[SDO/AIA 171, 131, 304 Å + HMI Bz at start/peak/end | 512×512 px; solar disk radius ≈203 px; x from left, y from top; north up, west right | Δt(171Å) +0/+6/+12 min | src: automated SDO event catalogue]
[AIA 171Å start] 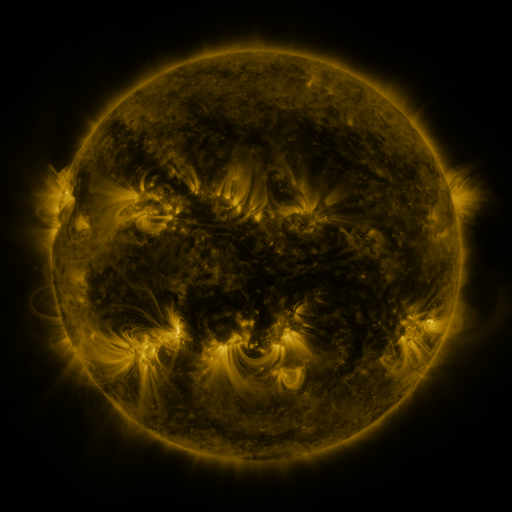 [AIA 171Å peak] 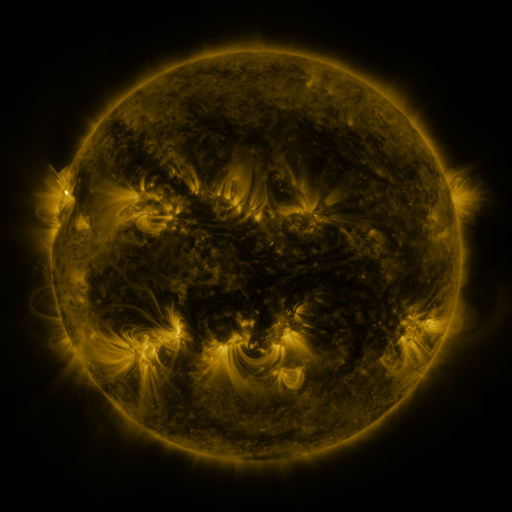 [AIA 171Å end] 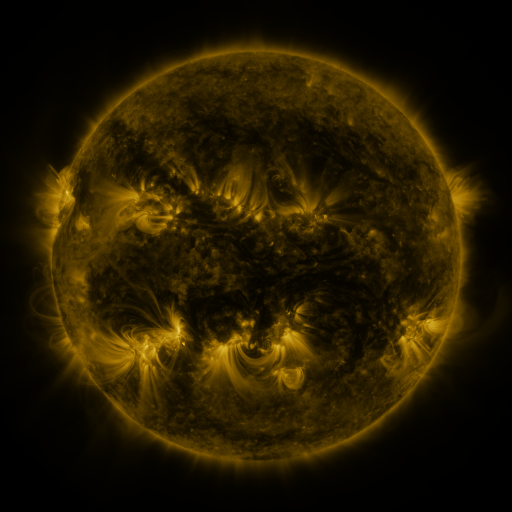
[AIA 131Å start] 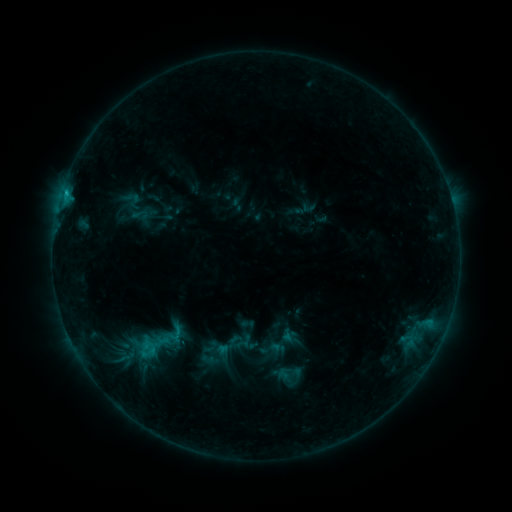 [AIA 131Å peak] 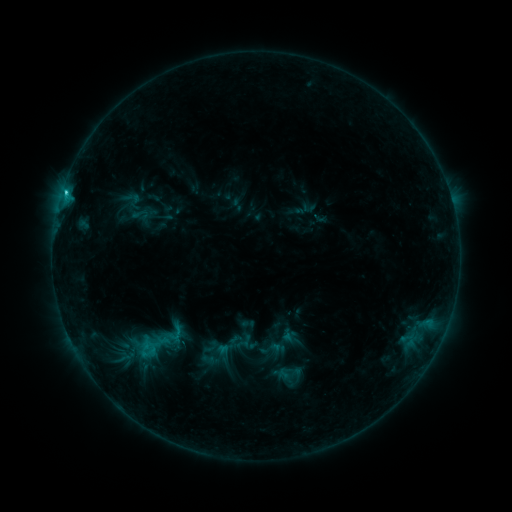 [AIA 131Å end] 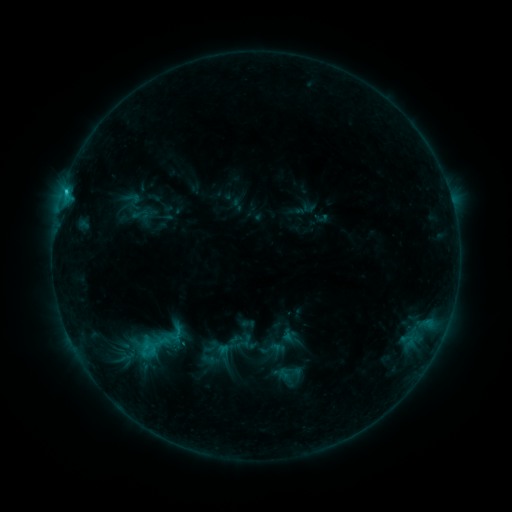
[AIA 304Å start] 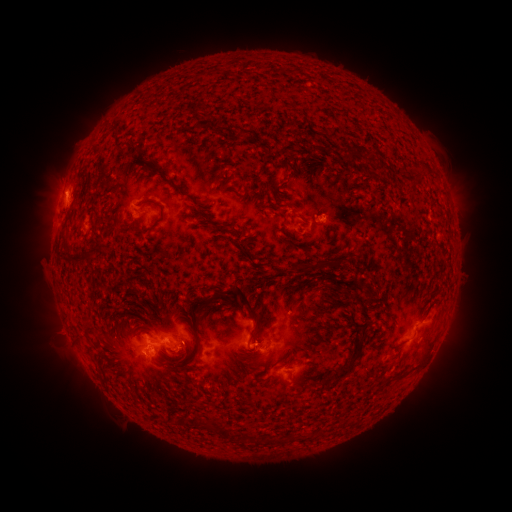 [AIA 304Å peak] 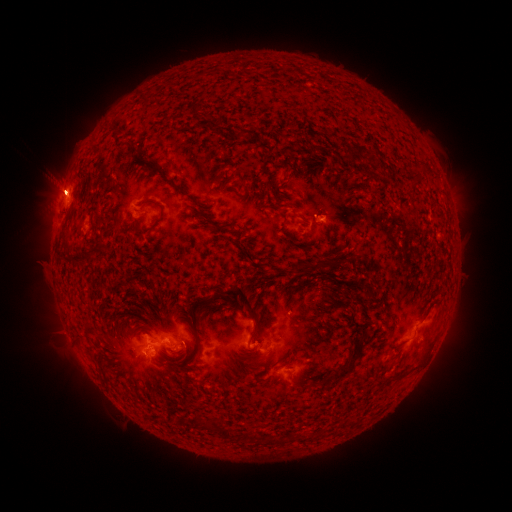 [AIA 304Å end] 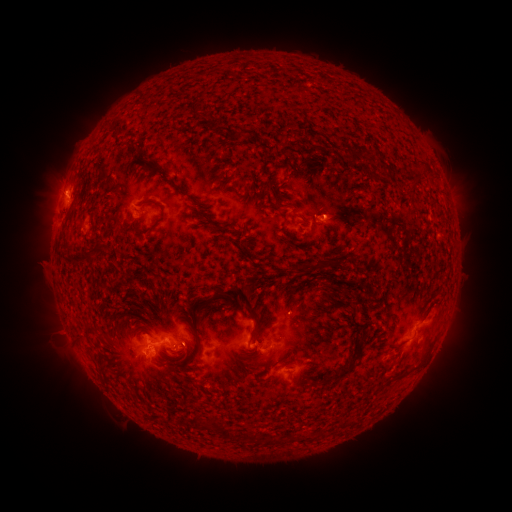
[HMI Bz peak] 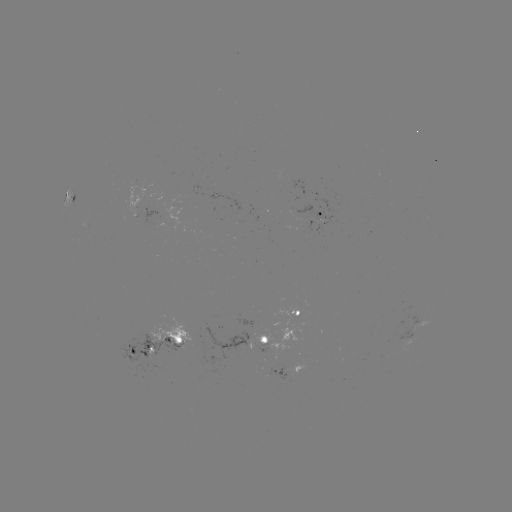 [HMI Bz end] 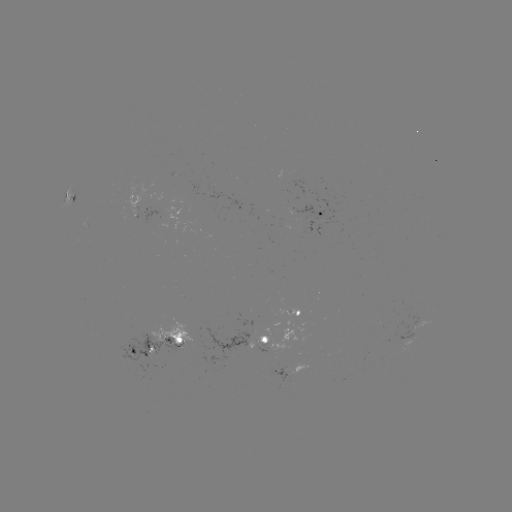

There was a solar flare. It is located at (64, 196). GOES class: C1.3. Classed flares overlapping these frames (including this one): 1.